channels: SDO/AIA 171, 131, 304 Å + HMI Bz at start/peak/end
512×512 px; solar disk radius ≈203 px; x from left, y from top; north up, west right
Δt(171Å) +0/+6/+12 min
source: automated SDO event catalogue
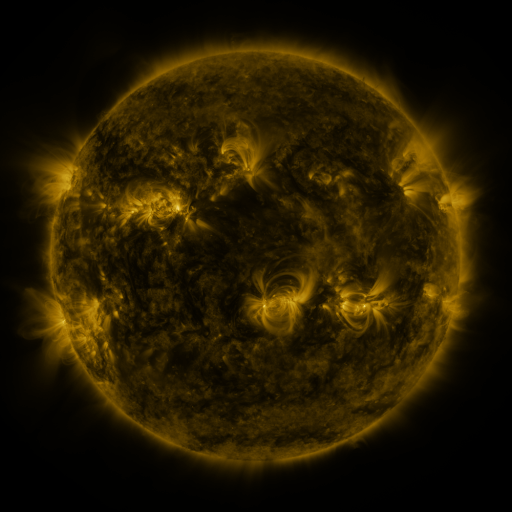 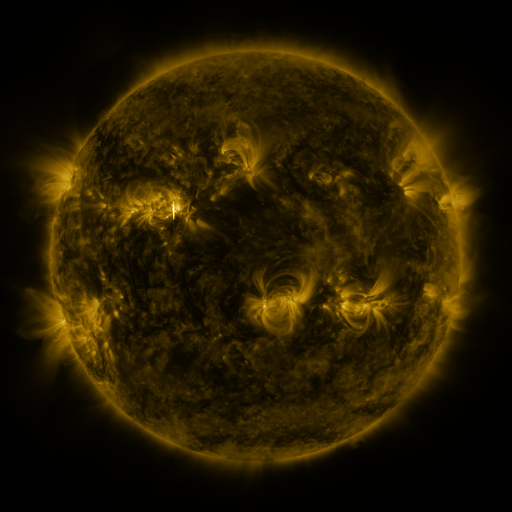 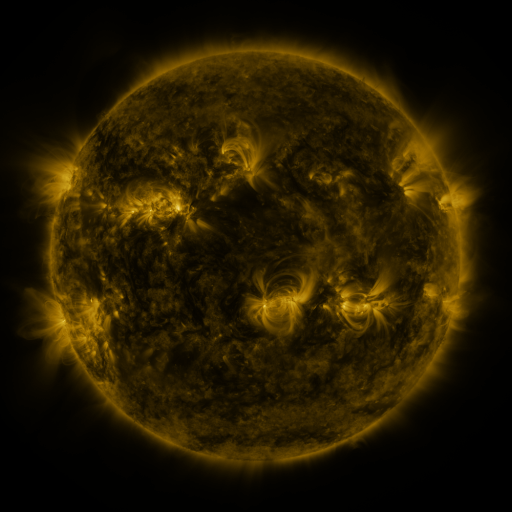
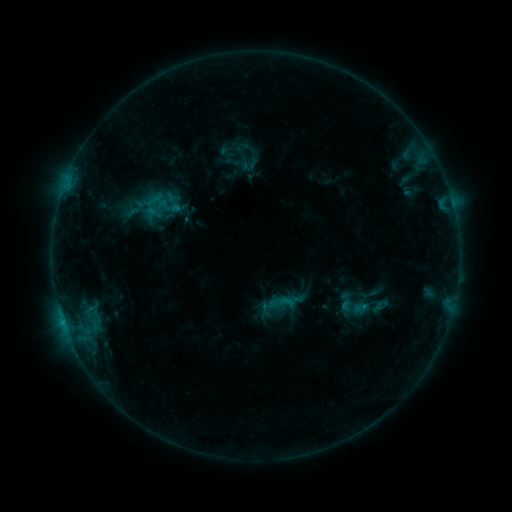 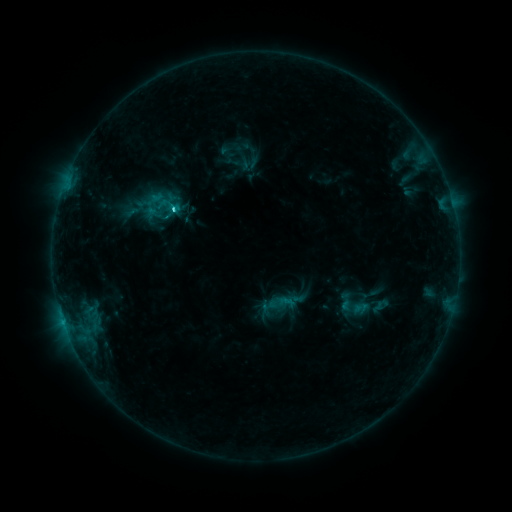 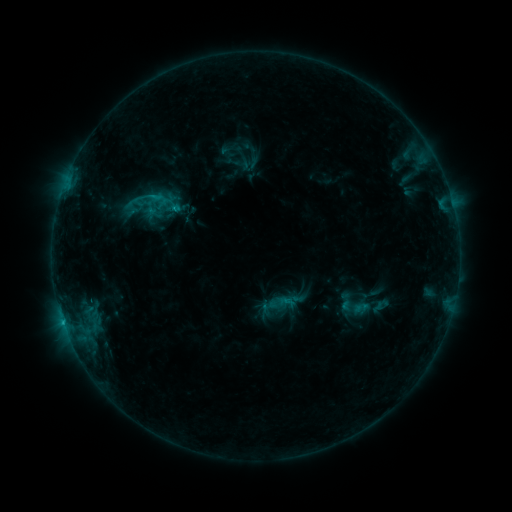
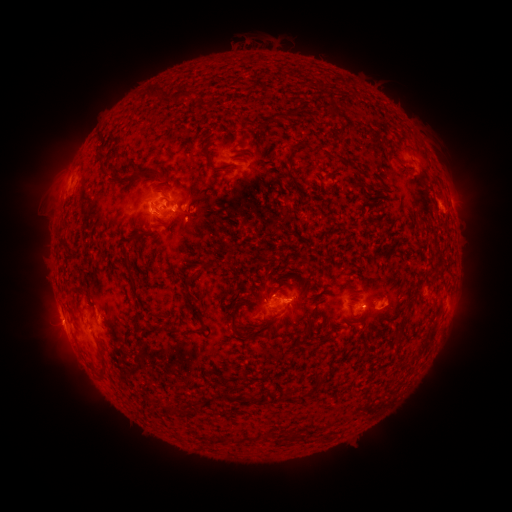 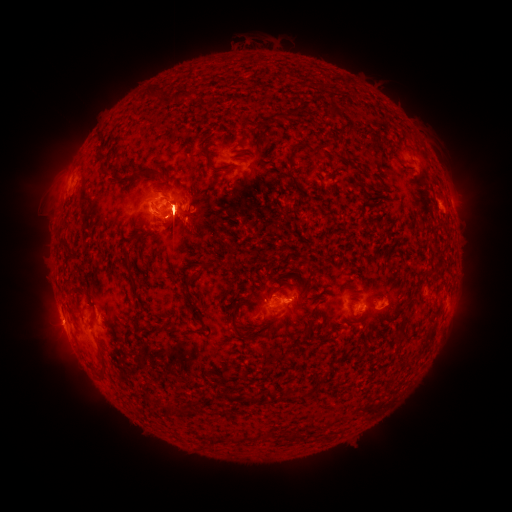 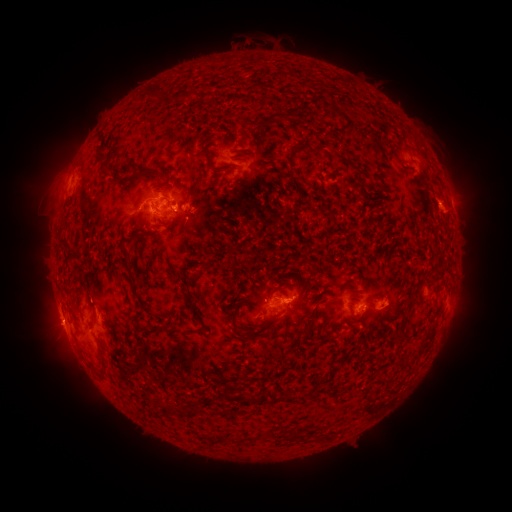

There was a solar flare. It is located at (174, 210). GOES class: C3.1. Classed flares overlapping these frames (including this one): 1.